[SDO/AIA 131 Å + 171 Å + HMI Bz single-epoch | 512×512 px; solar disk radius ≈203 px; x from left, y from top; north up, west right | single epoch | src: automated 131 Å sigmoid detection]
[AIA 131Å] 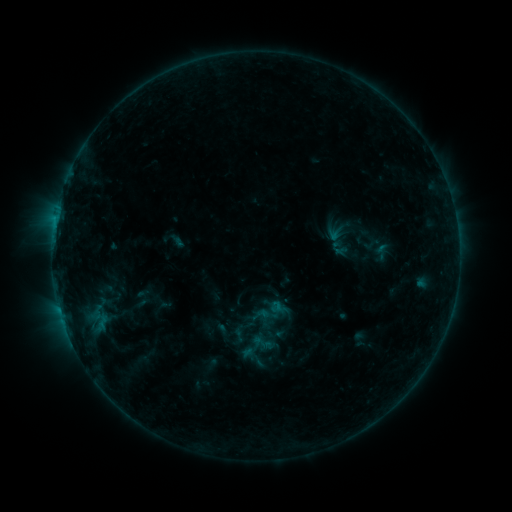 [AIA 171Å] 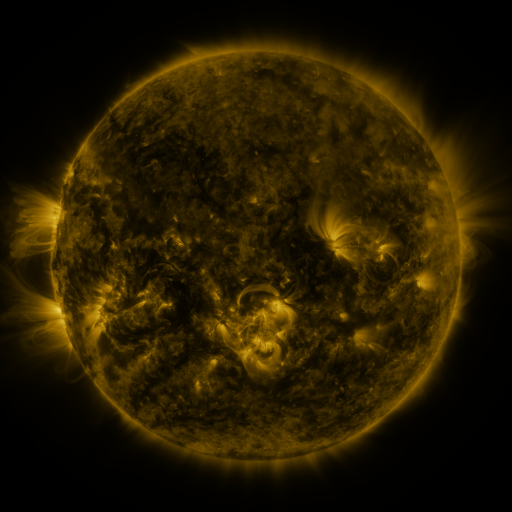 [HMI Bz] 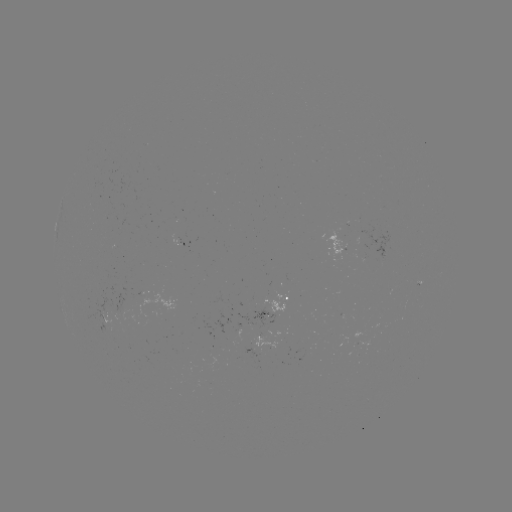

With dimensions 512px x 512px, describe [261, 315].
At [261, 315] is sigmoid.